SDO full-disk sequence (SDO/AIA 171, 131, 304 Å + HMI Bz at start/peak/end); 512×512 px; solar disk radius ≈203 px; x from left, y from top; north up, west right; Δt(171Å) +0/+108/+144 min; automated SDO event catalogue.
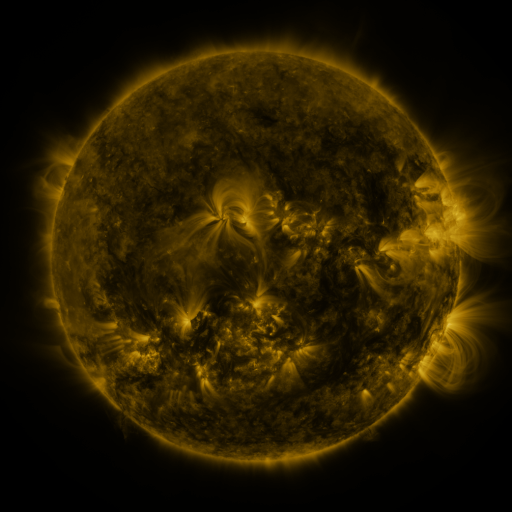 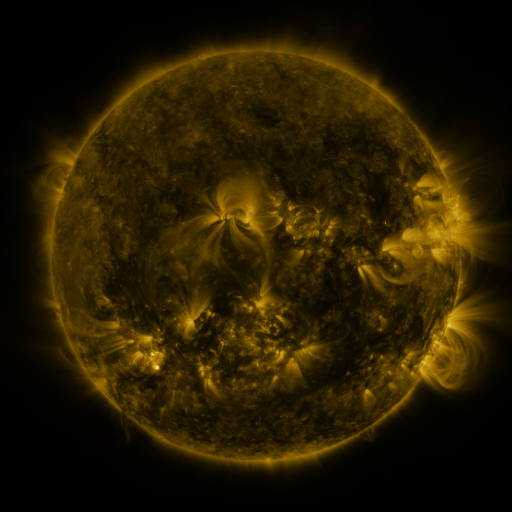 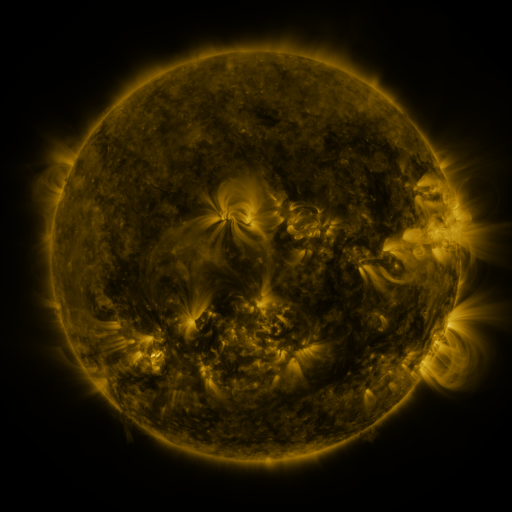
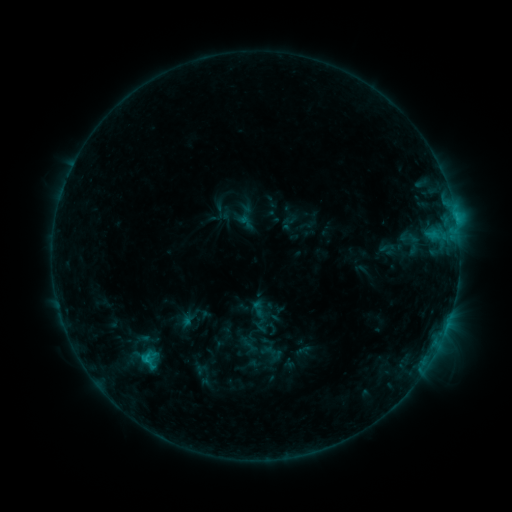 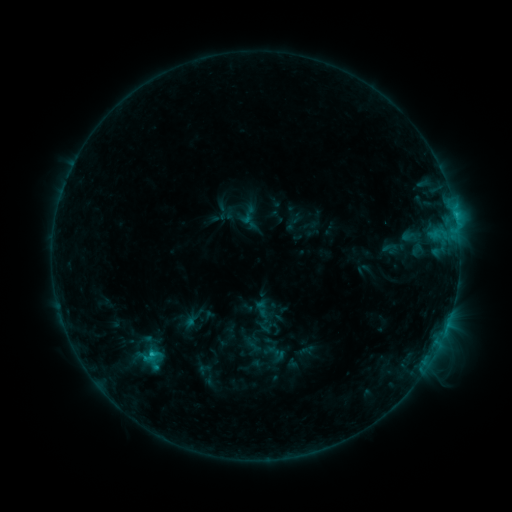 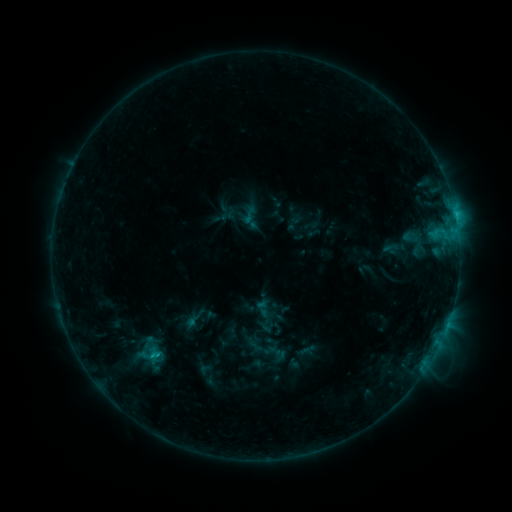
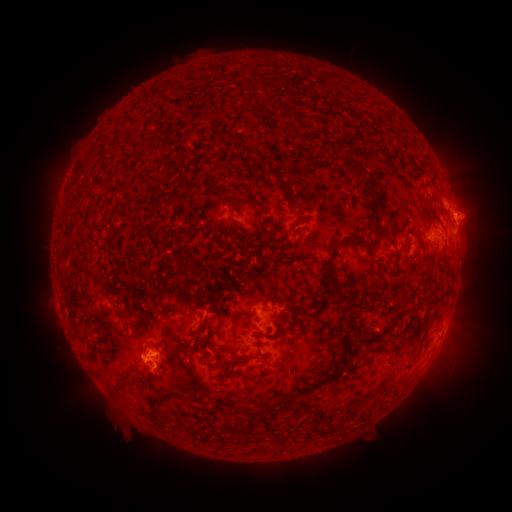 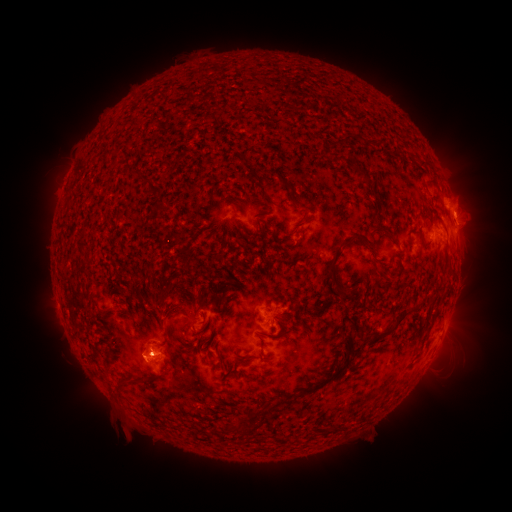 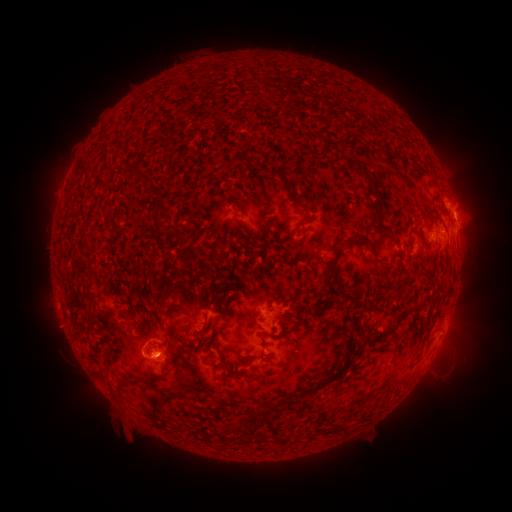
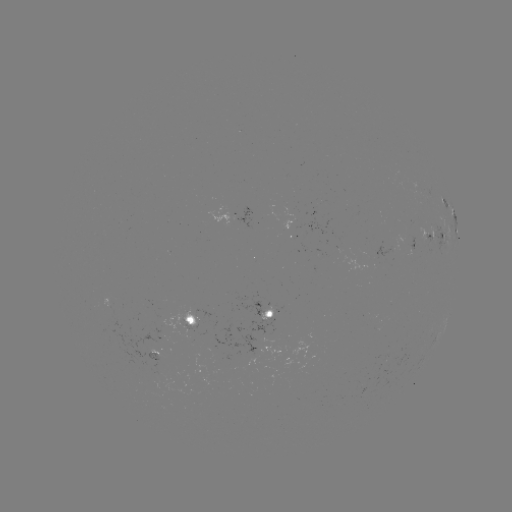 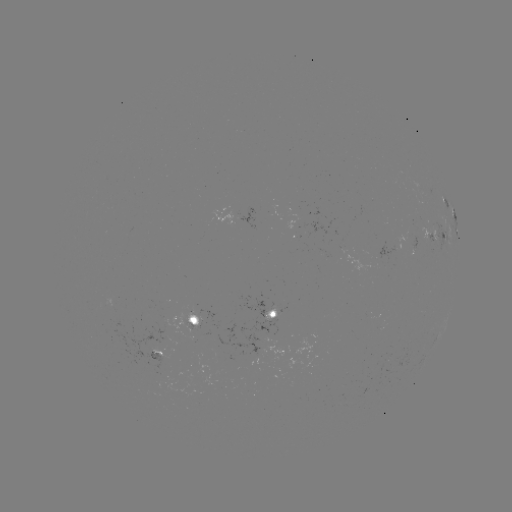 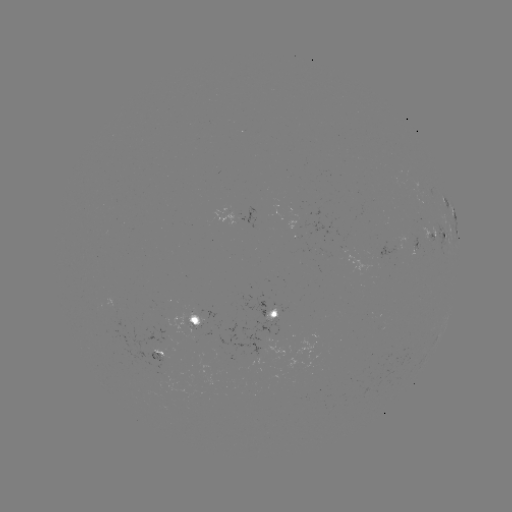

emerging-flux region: [160, 306, 205, 337]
